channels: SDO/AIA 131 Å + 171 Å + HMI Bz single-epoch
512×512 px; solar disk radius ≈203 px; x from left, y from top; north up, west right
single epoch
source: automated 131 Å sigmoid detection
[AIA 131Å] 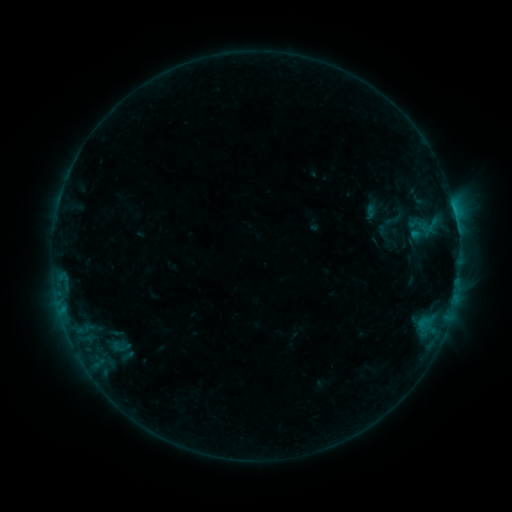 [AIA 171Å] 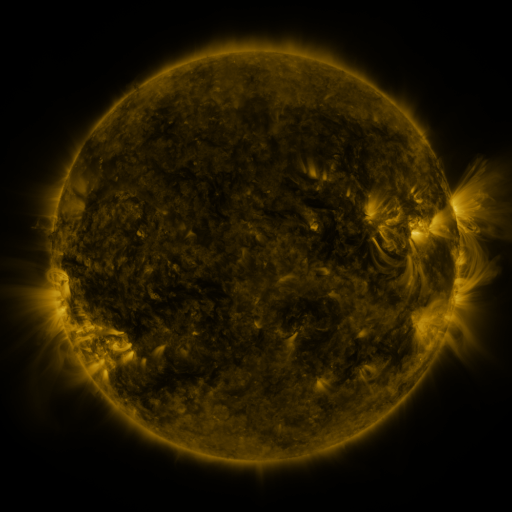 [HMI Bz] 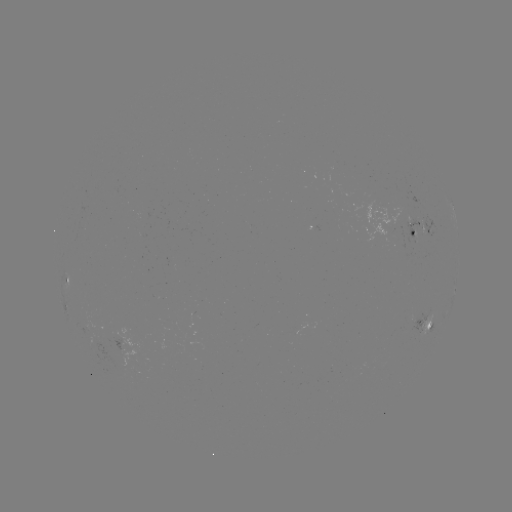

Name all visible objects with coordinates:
sigmoid: (381, 210, 405, 229)
